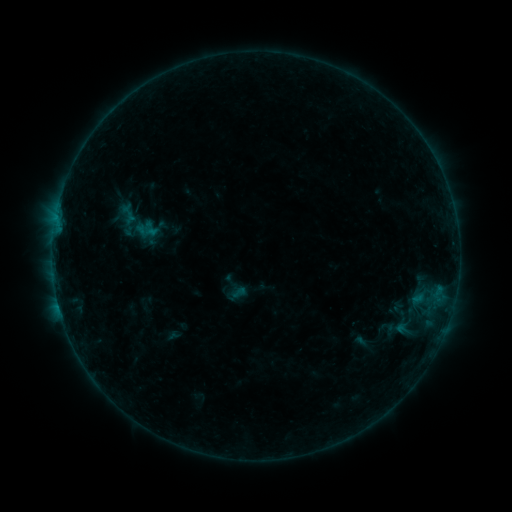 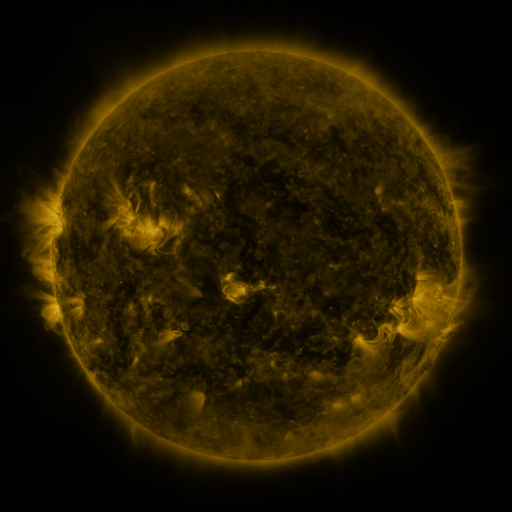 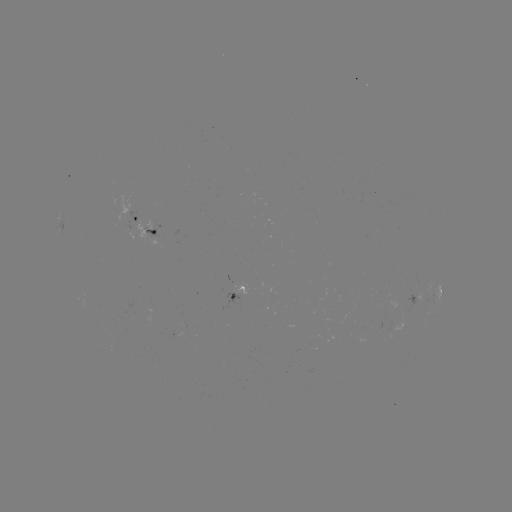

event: sigmoid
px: (147, 231)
